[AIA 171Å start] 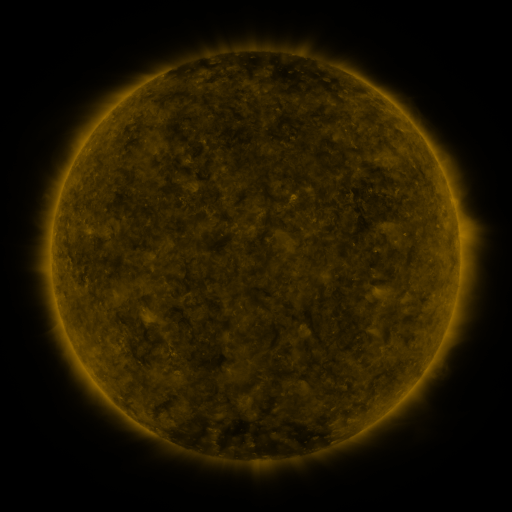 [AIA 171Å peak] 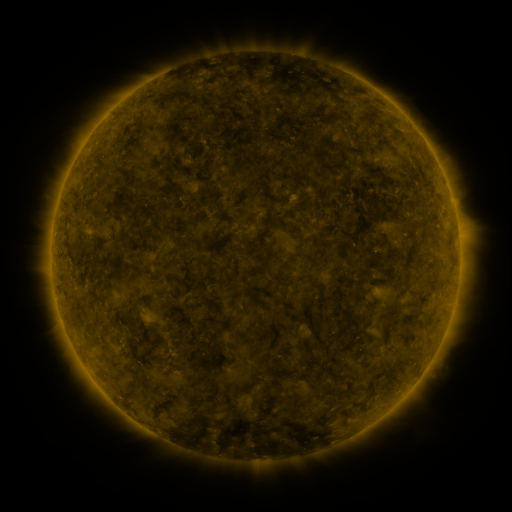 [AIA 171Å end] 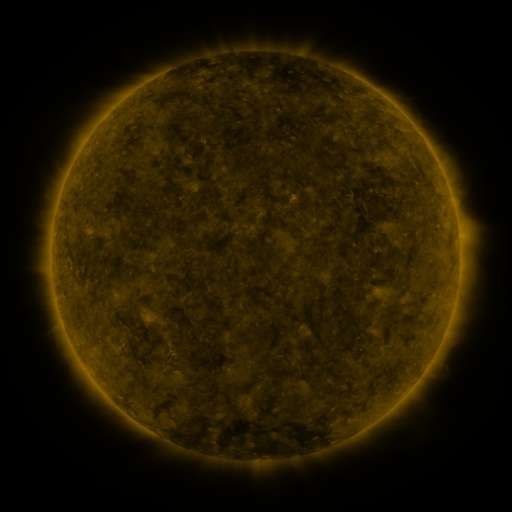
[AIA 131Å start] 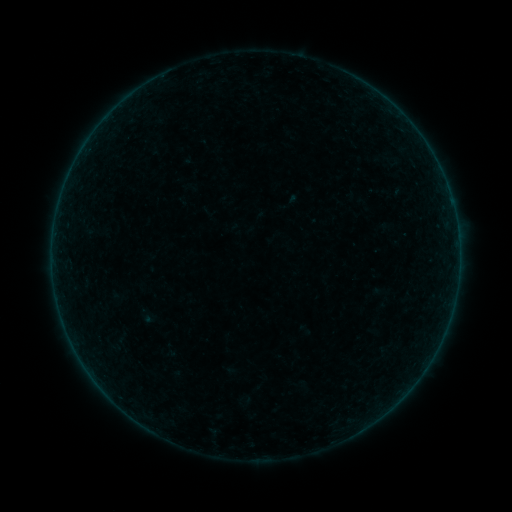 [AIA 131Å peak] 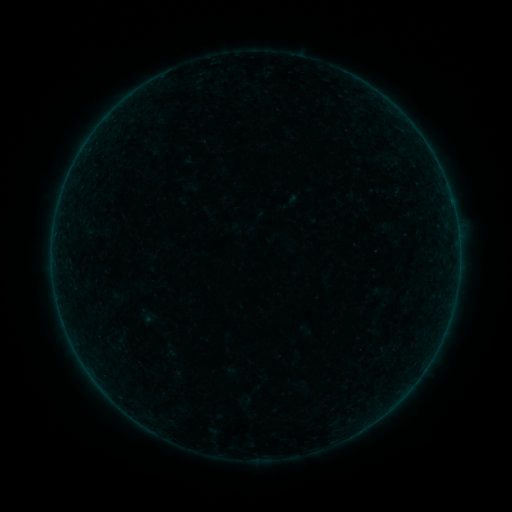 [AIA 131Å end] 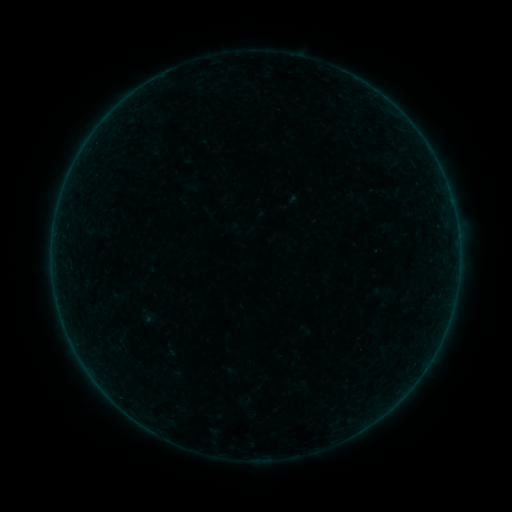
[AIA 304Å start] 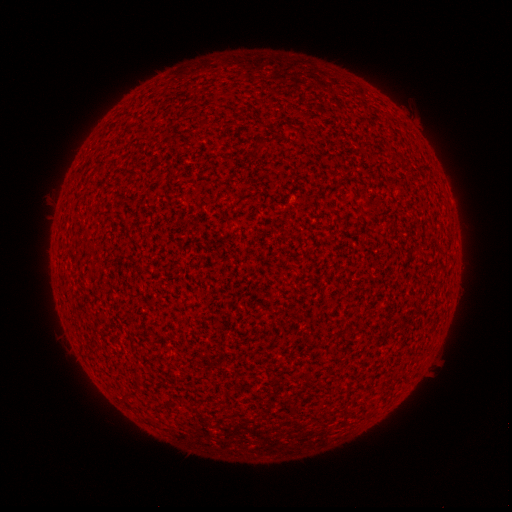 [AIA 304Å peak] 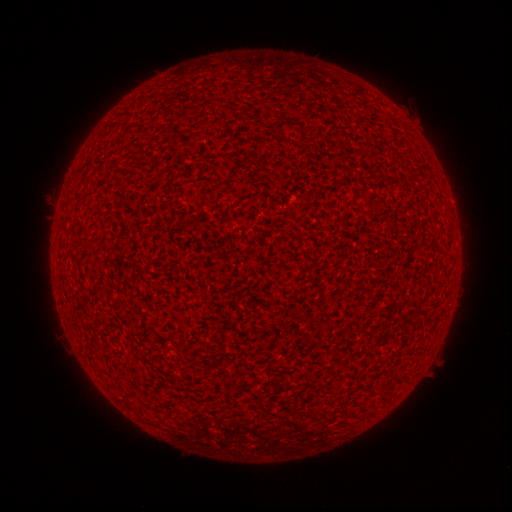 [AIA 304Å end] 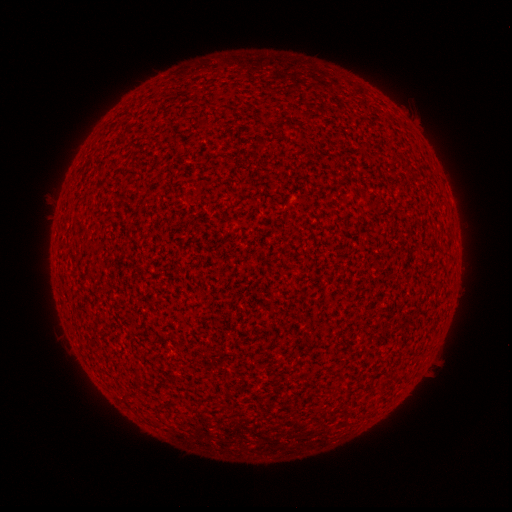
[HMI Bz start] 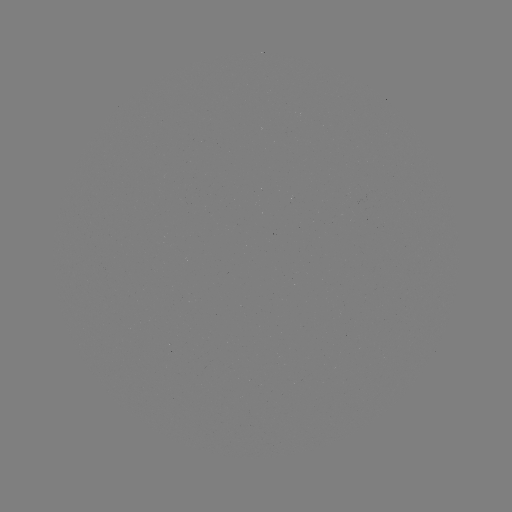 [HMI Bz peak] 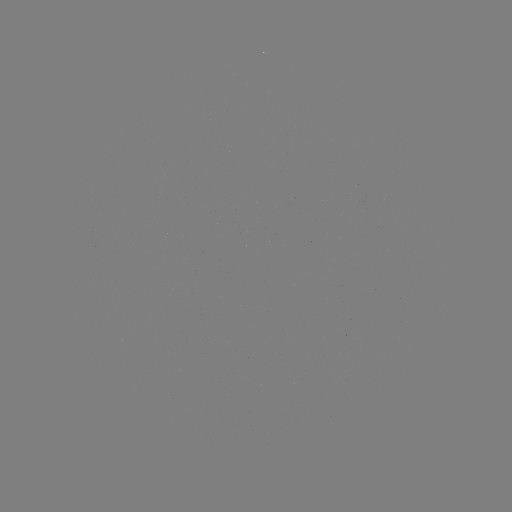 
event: flare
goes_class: A1.1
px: (446, 186)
